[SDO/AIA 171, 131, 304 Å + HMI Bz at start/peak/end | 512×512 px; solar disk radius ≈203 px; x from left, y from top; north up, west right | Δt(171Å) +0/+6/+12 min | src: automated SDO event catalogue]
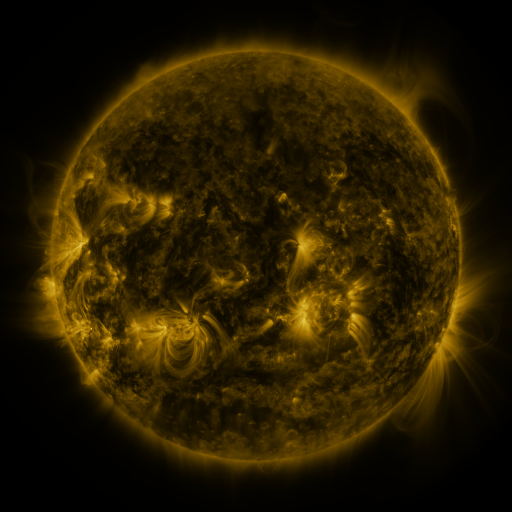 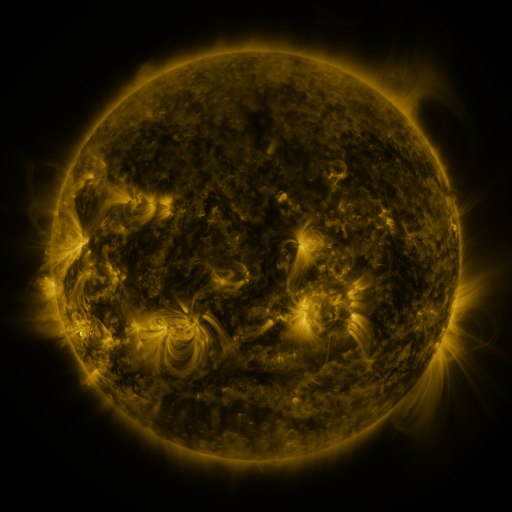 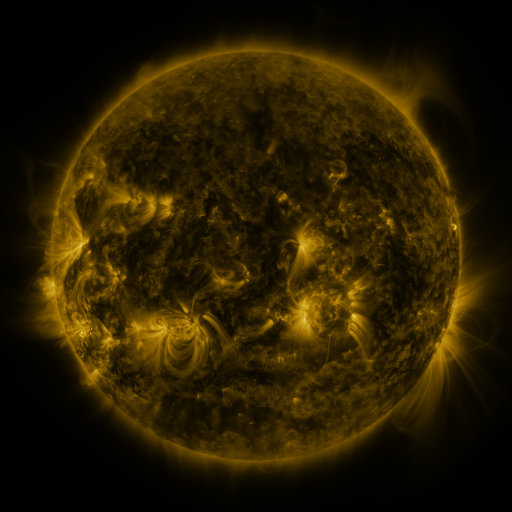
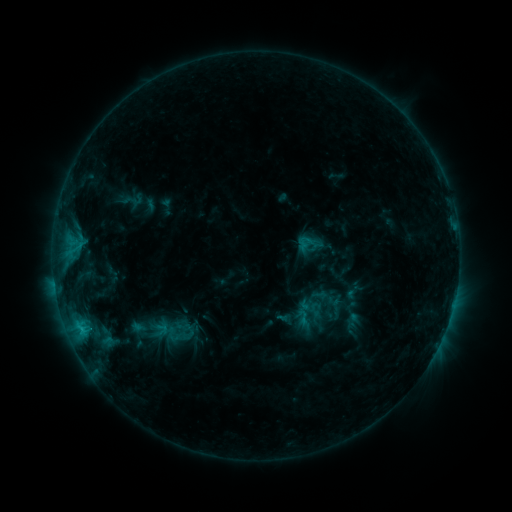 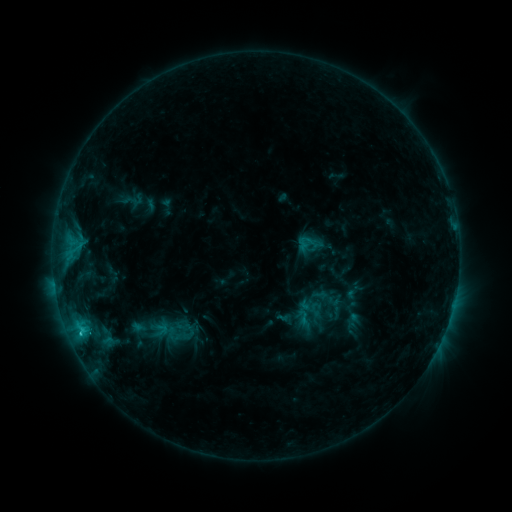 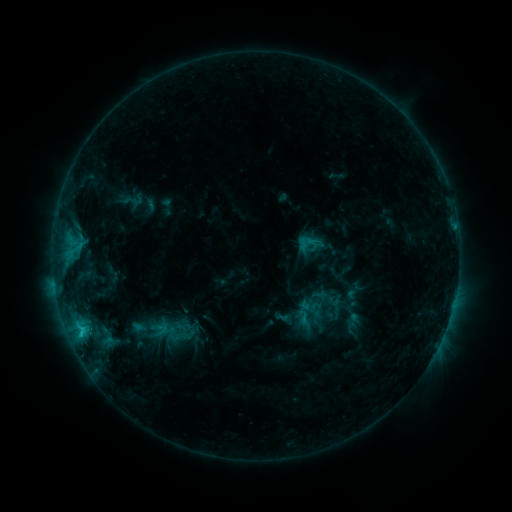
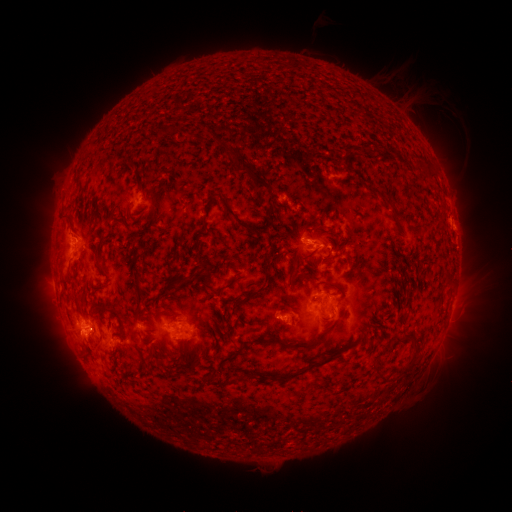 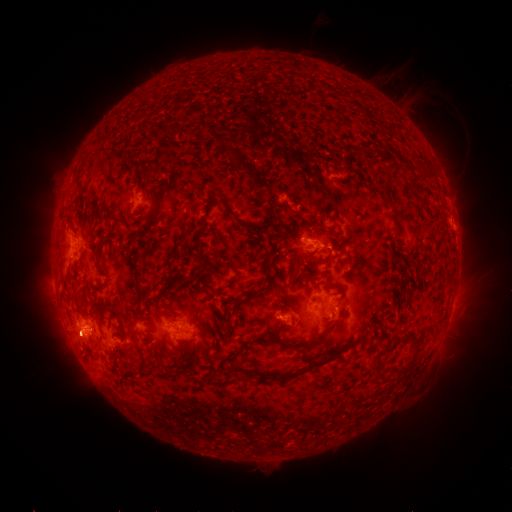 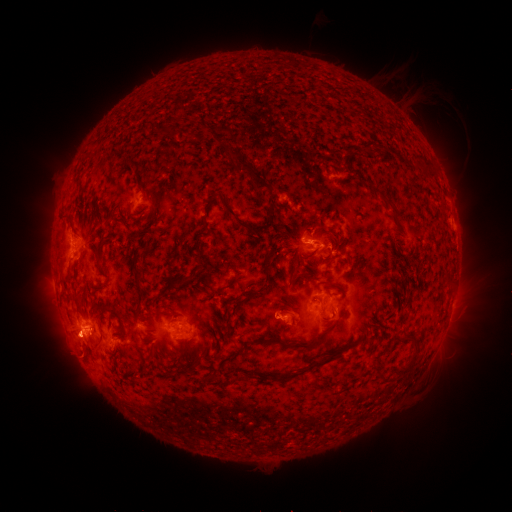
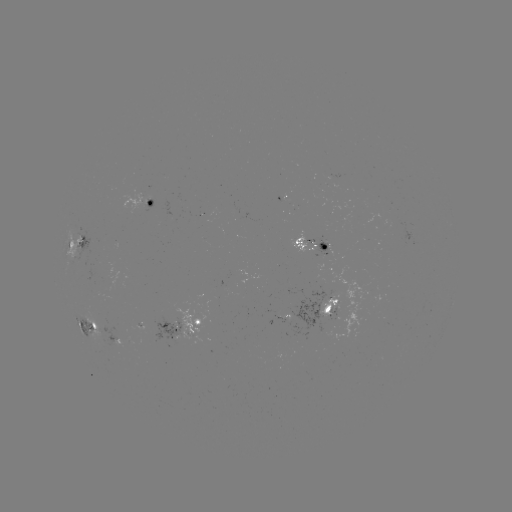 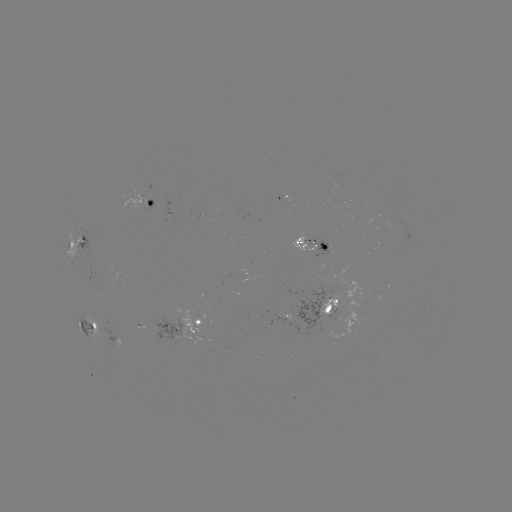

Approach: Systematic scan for eruption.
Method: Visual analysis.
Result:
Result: eruption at [80, 343].